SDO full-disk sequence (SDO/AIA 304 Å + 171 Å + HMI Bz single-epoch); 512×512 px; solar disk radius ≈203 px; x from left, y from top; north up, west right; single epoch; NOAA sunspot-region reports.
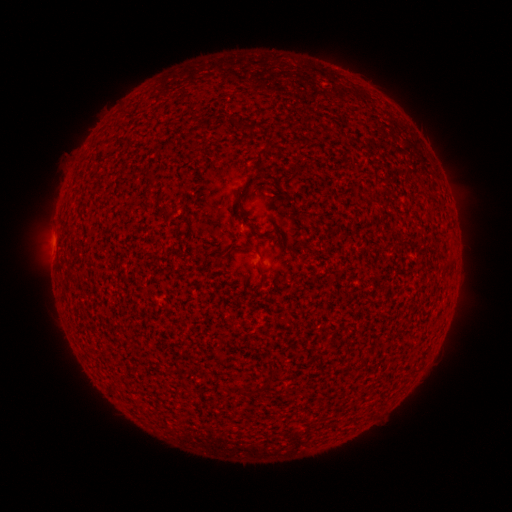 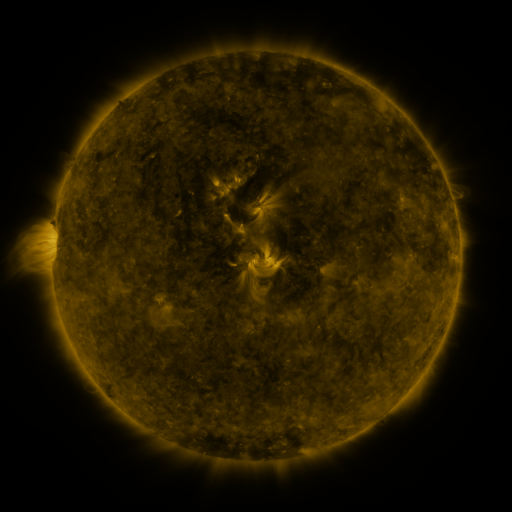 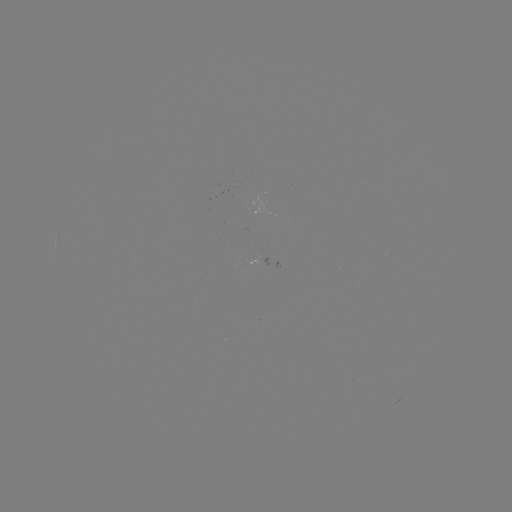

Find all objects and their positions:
(none)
